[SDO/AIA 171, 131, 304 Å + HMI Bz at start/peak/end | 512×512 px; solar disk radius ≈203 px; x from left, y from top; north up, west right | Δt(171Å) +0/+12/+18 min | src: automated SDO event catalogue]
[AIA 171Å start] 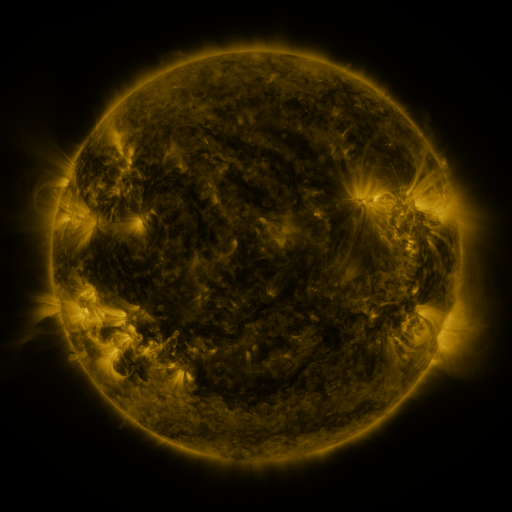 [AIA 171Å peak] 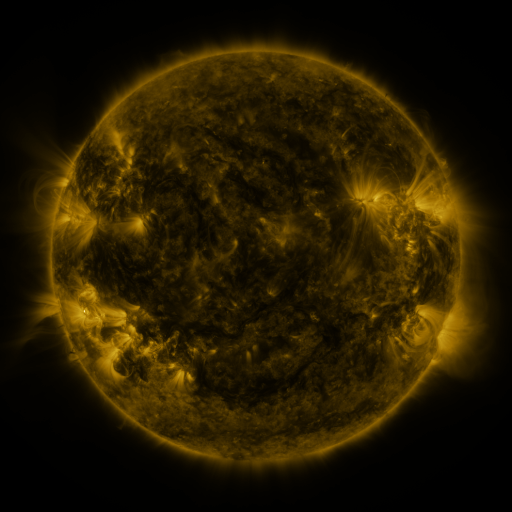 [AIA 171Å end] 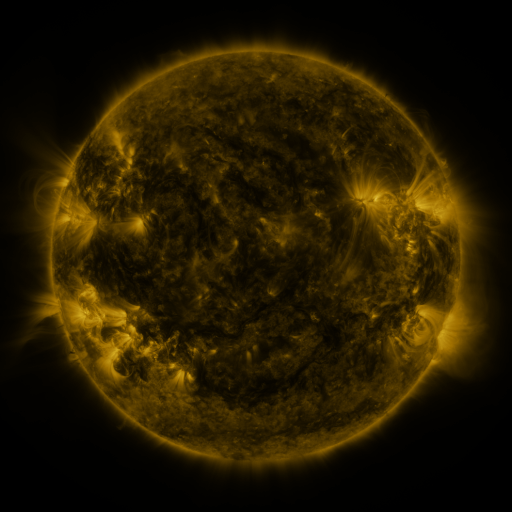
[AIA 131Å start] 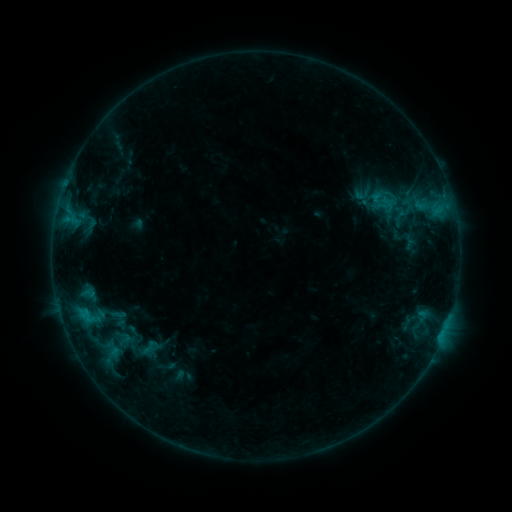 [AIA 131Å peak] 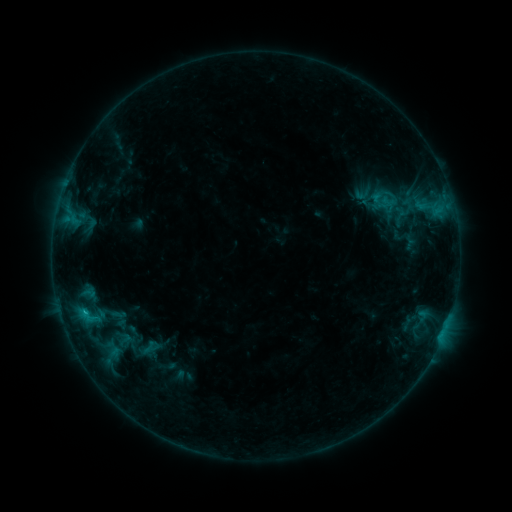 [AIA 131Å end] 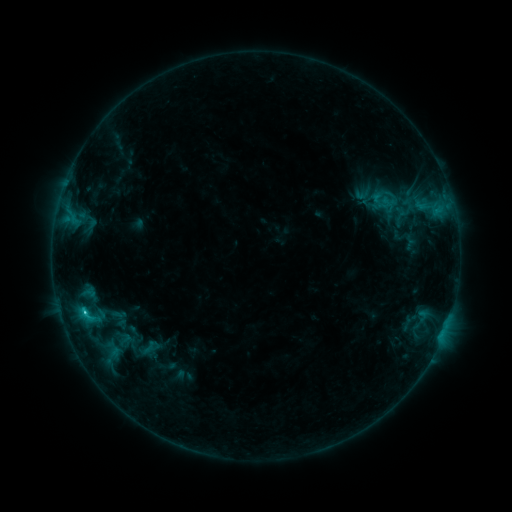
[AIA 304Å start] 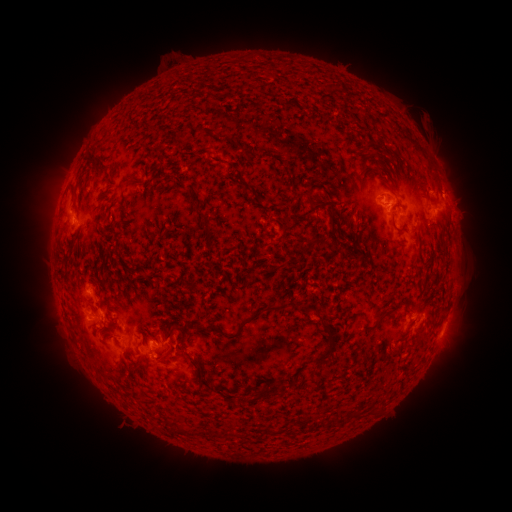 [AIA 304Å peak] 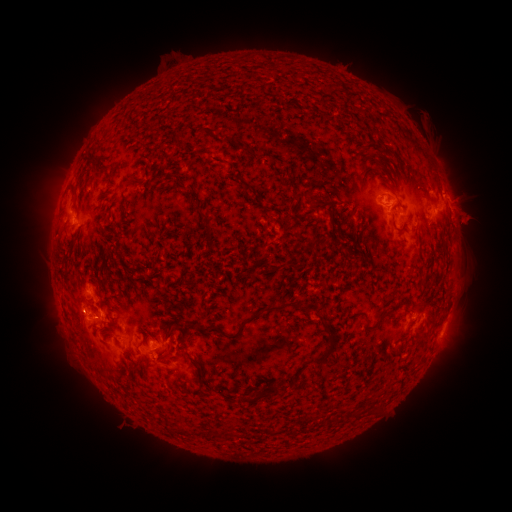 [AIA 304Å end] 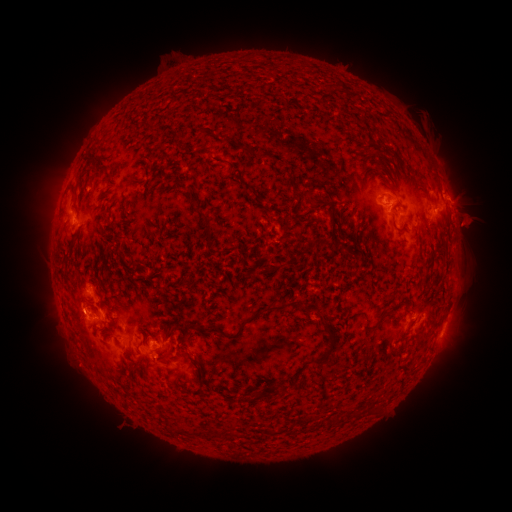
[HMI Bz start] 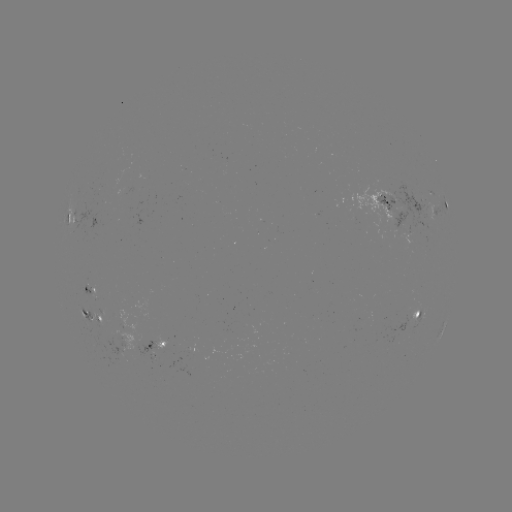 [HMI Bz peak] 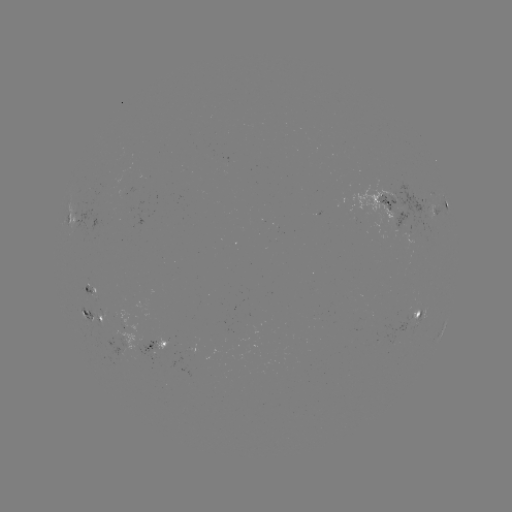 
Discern eruption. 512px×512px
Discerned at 471,219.